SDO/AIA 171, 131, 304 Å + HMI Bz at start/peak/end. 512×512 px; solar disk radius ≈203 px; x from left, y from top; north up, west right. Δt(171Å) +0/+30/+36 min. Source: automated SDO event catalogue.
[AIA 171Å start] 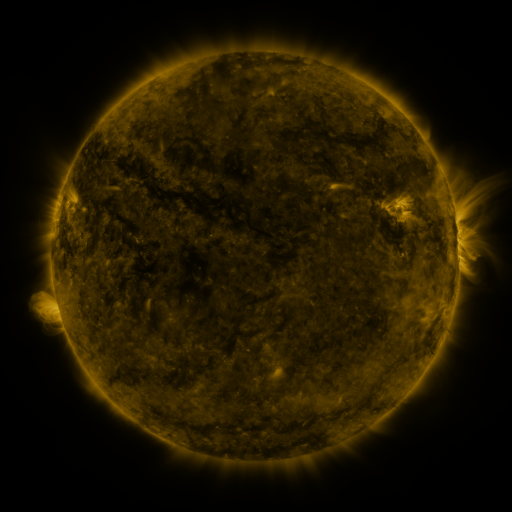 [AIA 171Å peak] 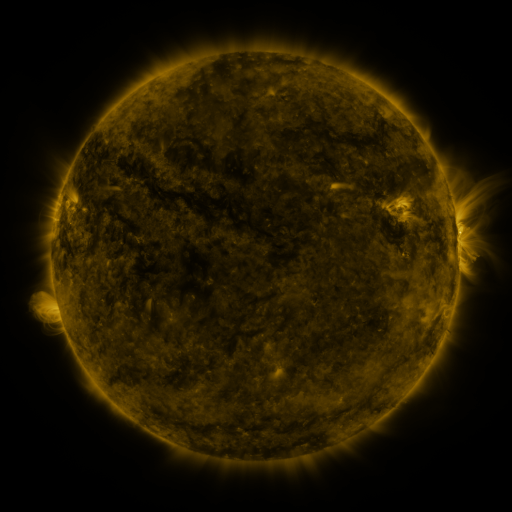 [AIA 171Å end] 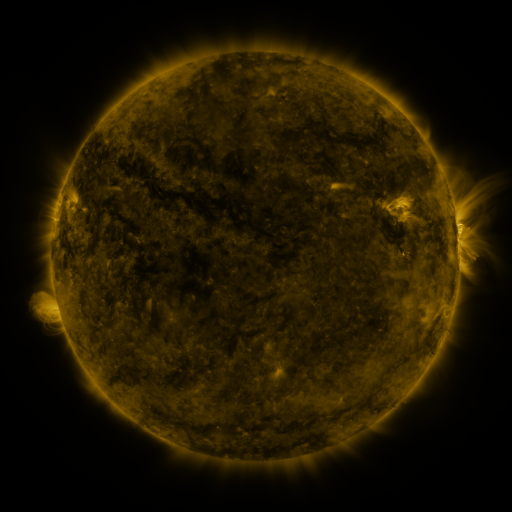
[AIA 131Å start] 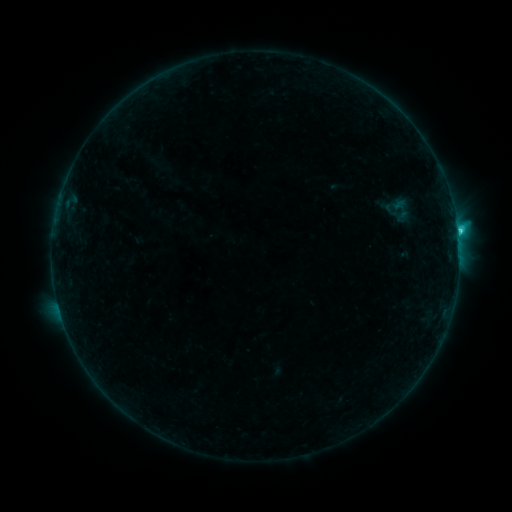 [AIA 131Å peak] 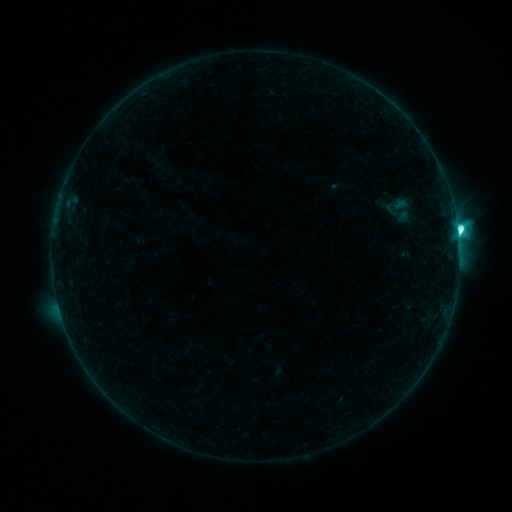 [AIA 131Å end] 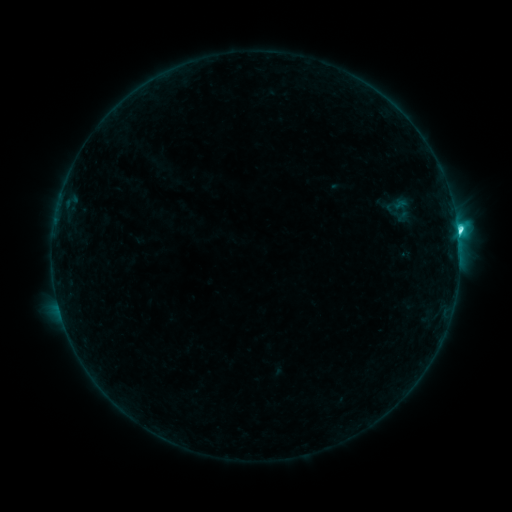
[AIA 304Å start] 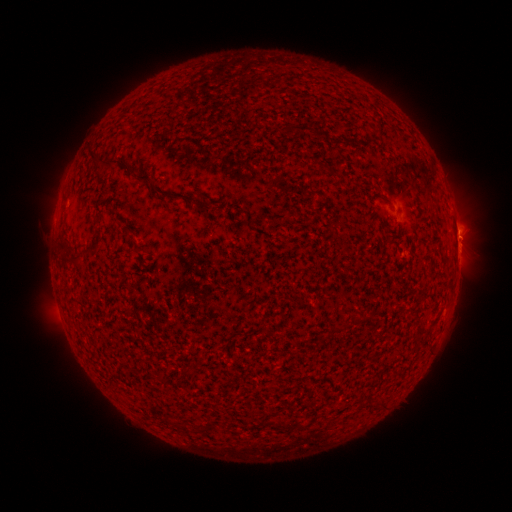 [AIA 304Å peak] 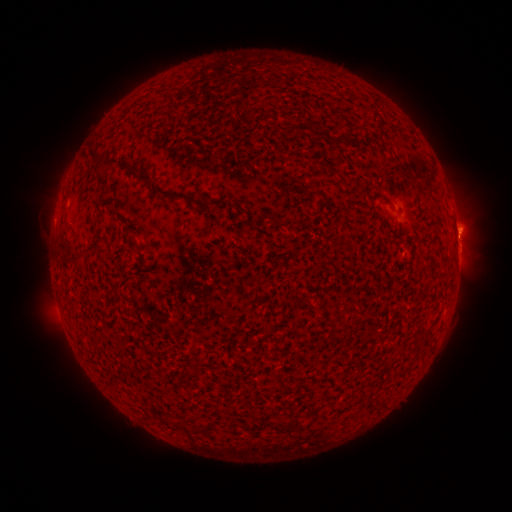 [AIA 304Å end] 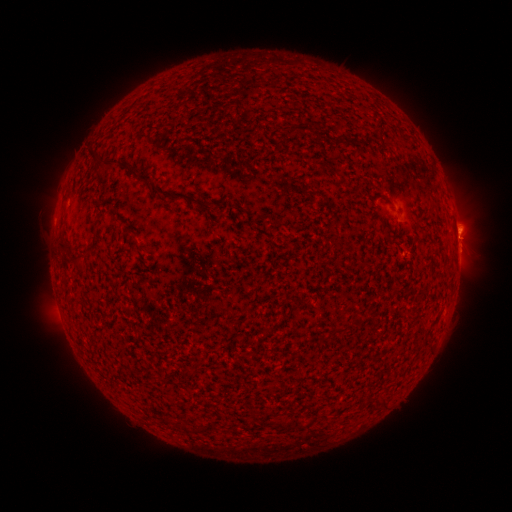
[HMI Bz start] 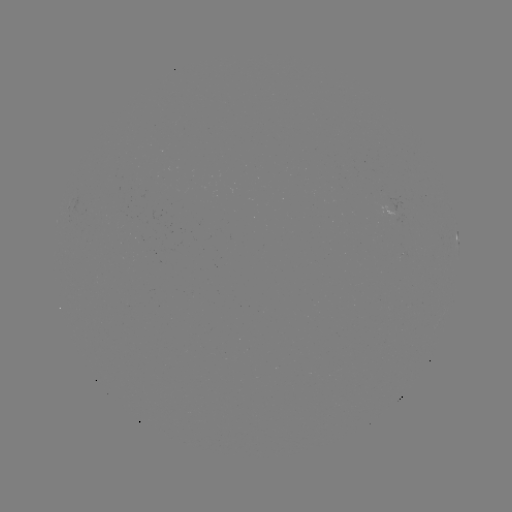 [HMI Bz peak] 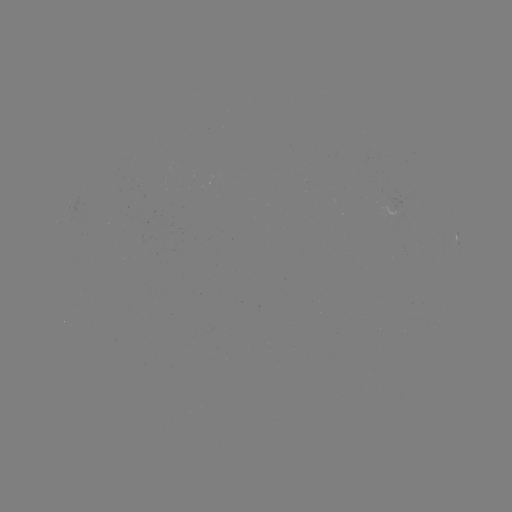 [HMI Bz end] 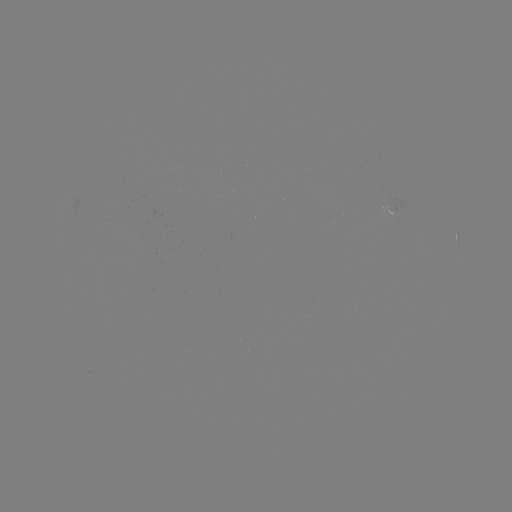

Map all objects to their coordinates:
C6.9 flare: (458, 235)
